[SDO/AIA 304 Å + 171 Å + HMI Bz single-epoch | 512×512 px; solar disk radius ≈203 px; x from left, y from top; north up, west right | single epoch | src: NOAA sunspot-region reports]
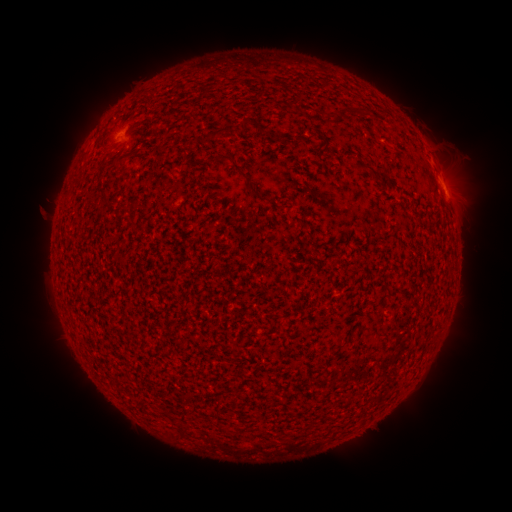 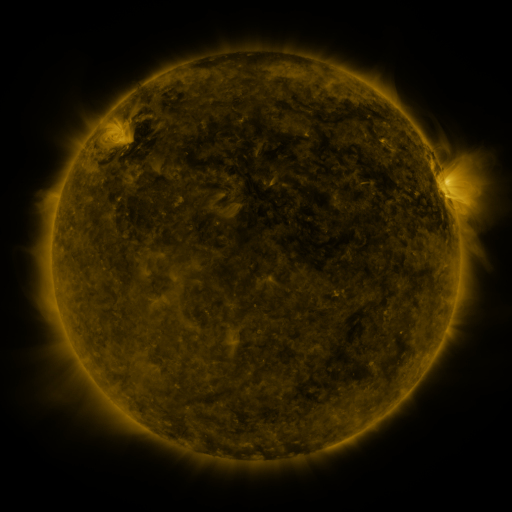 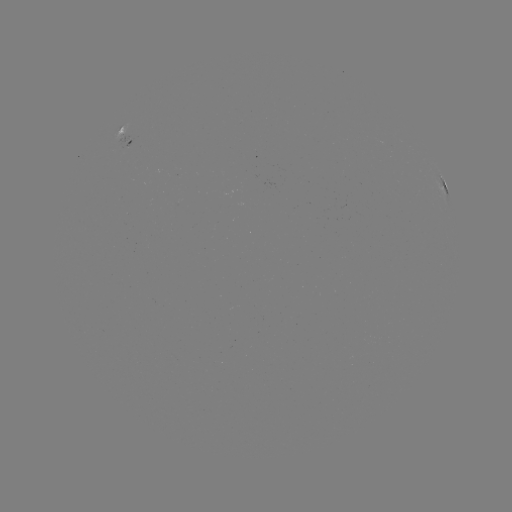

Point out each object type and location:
spotted active region: (131, 132)
spotted active region: (443, 181)
